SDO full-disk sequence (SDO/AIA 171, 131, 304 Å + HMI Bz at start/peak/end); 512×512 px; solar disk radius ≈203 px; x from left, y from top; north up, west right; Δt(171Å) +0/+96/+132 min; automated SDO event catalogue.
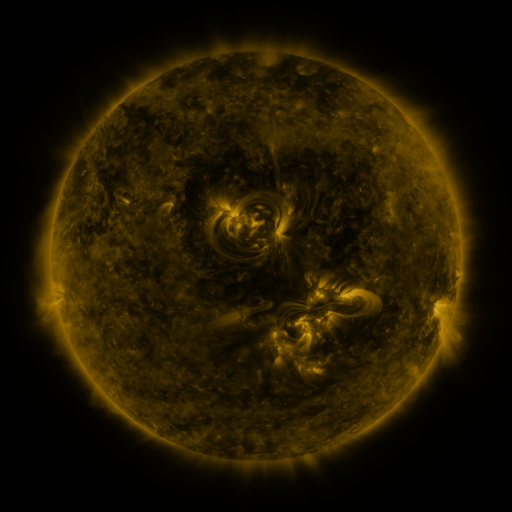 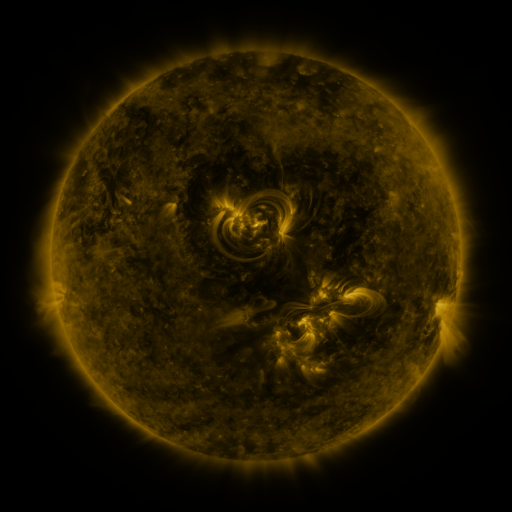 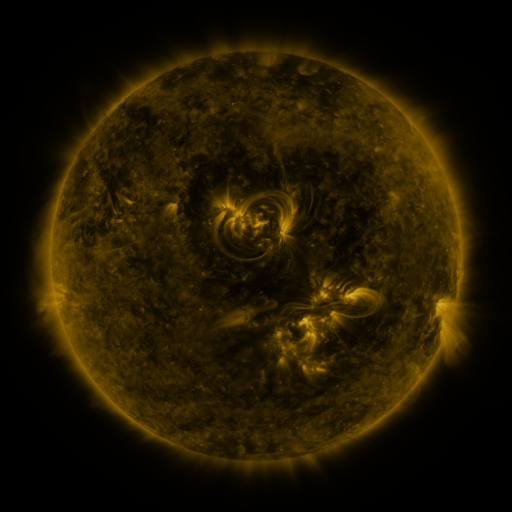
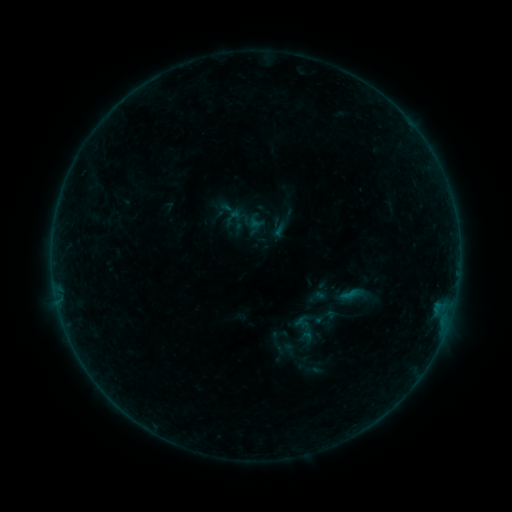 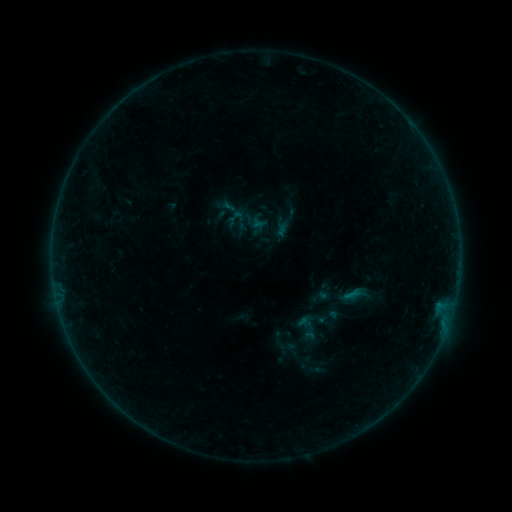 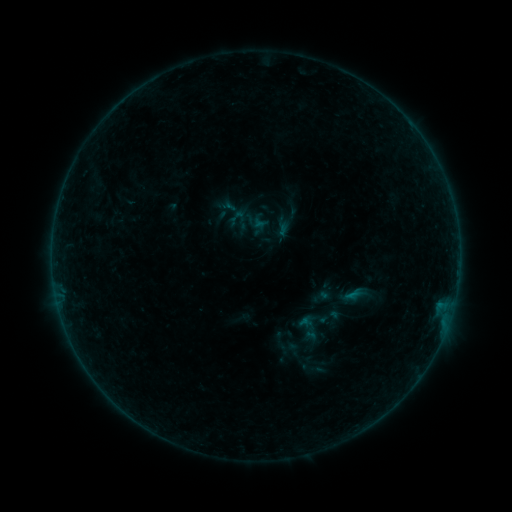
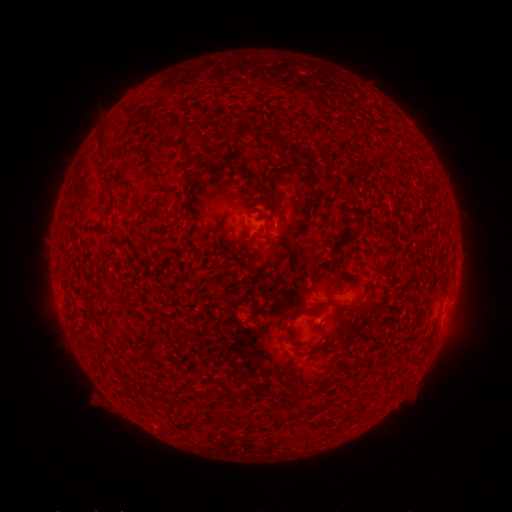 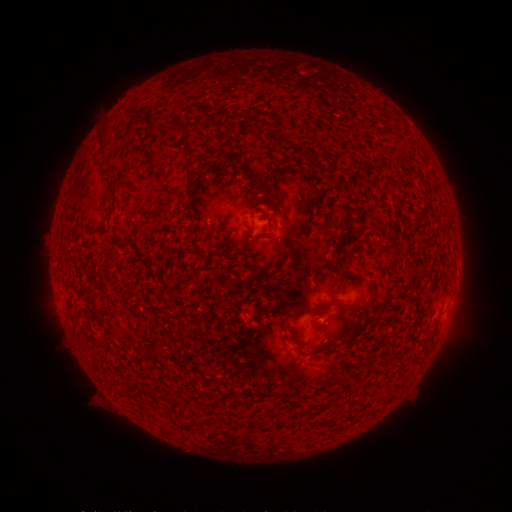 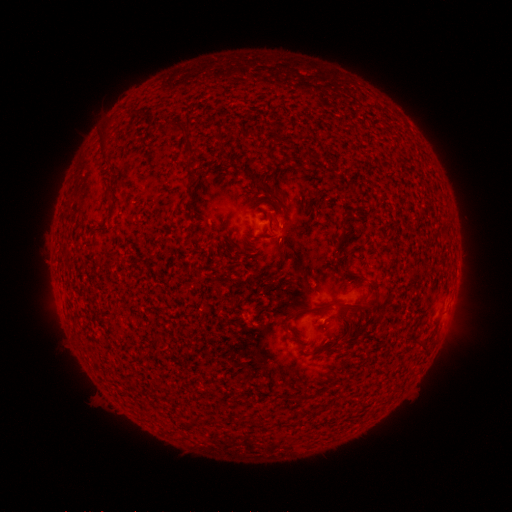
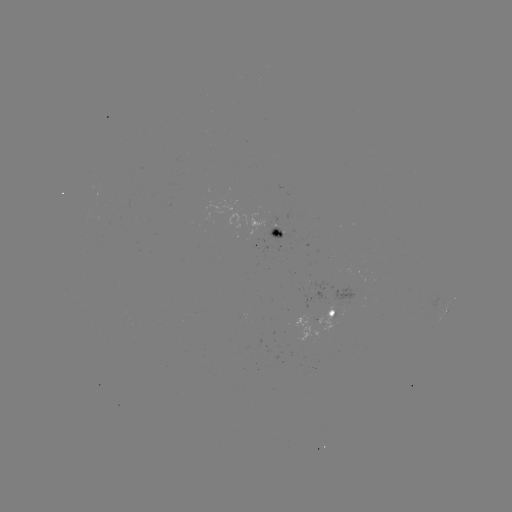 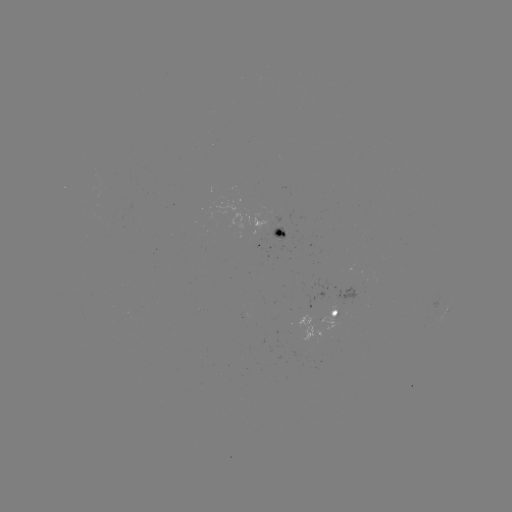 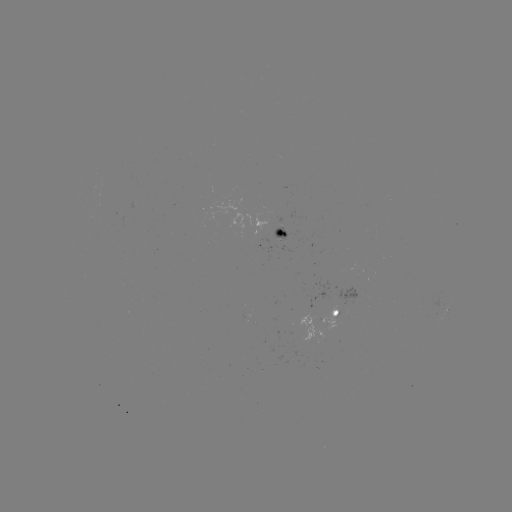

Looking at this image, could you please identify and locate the emerging-flux region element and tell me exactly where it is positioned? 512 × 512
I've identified emerging-flux region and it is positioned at (282, 233).